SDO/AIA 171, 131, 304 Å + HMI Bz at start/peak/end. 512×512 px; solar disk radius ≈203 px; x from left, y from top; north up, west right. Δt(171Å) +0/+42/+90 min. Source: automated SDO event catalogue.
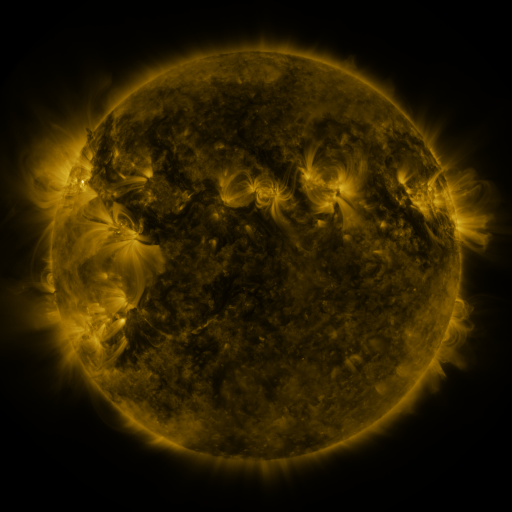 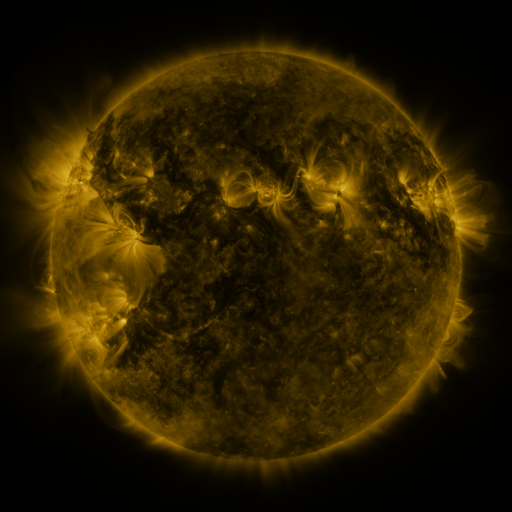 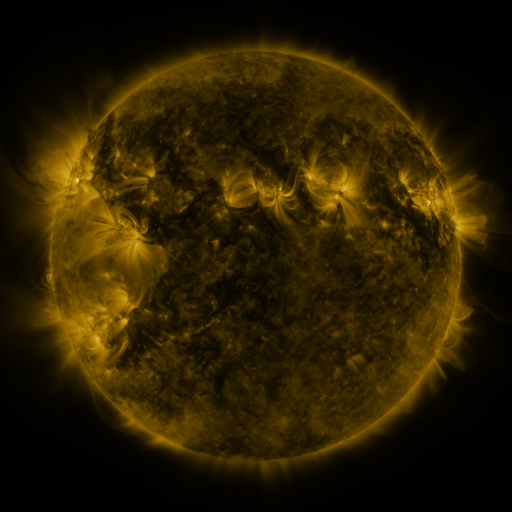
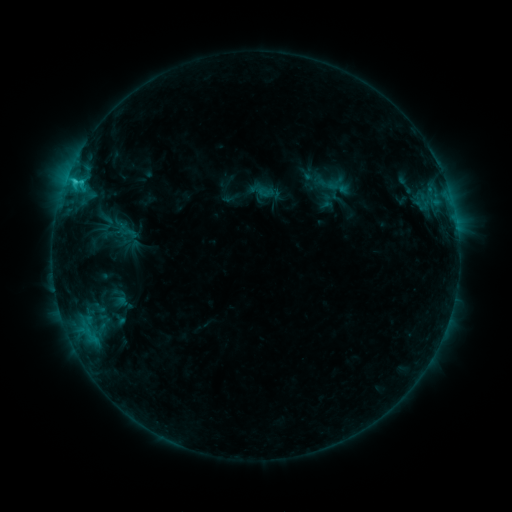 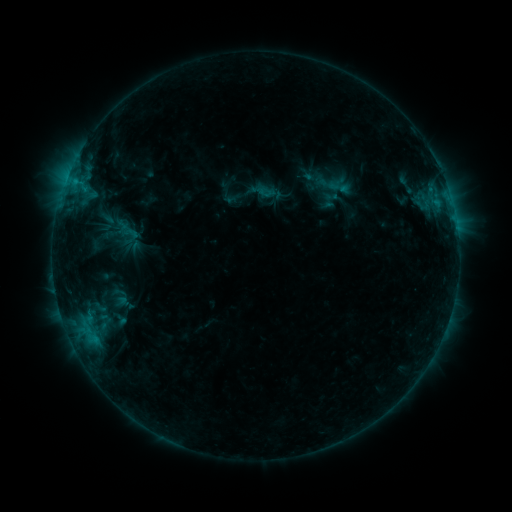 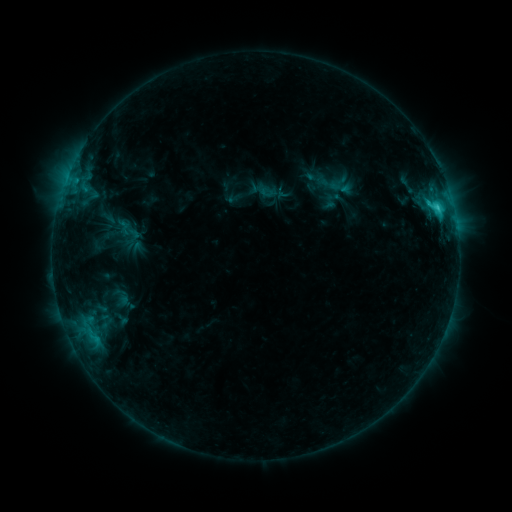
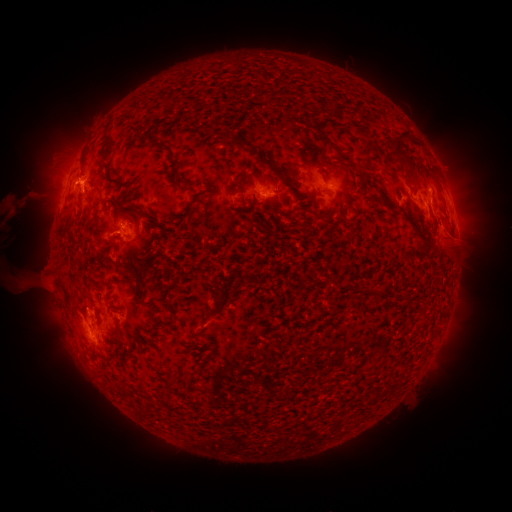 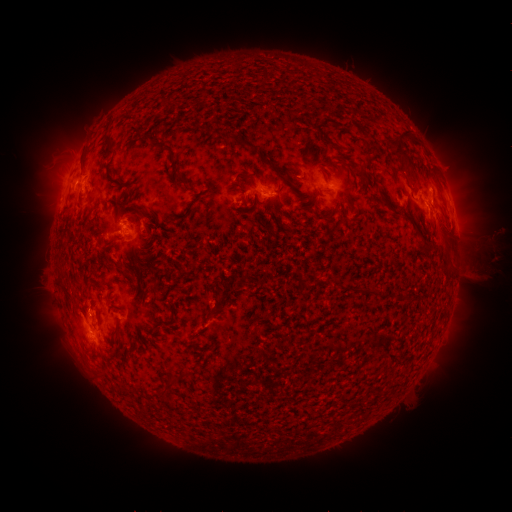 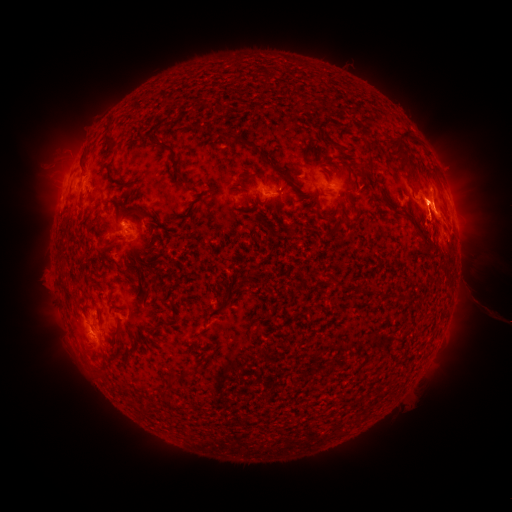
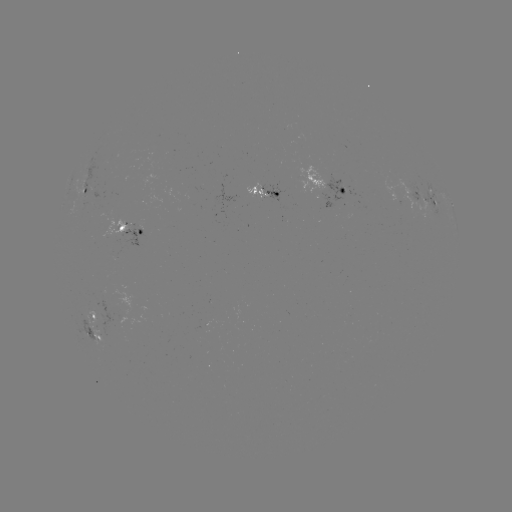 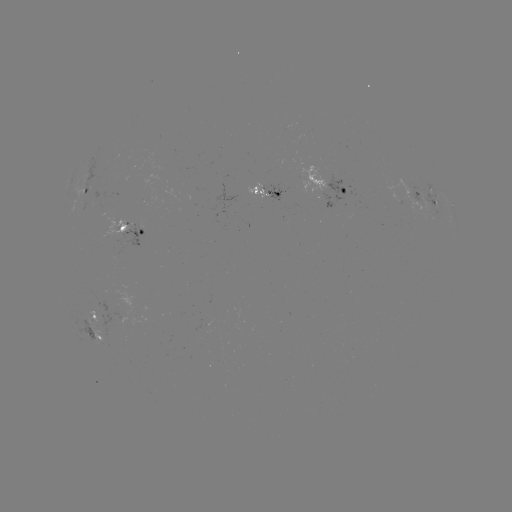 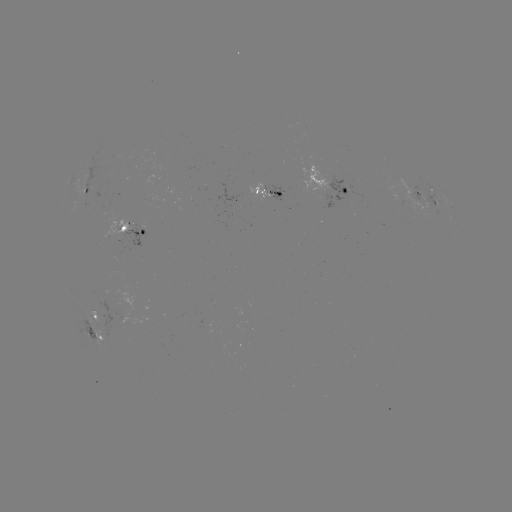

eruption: <bbox>401, 147, 511, 325</bbox>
